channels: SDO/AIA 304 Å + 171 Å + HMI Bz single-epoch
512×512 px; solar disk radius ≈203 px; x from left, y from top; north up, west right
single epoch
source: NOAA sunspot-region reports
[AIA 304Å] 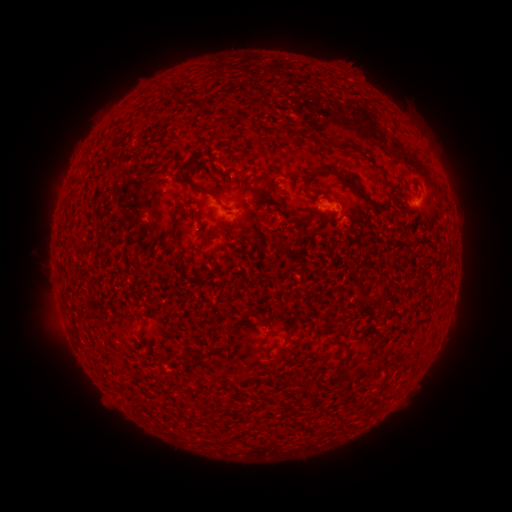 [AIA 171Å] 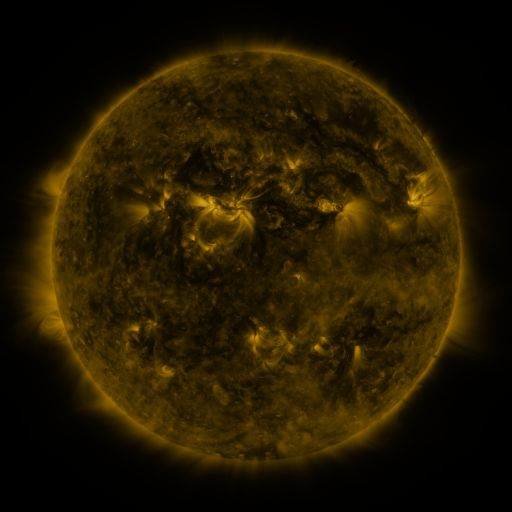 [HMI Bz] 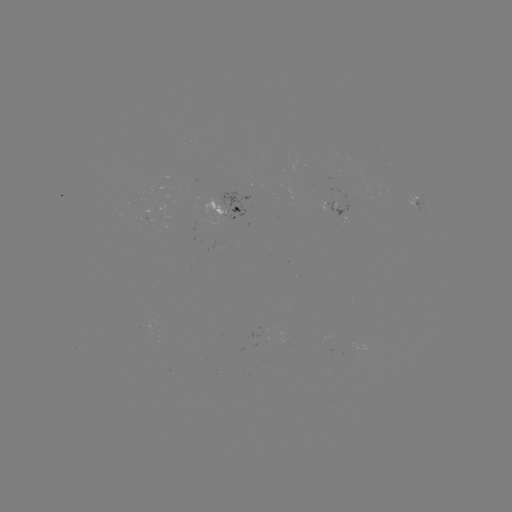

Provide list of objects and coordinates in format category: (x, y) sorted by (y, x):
spotted active region: (418, 198)
spotted active region: (228, 210)
spotted active region: (336, 212)
